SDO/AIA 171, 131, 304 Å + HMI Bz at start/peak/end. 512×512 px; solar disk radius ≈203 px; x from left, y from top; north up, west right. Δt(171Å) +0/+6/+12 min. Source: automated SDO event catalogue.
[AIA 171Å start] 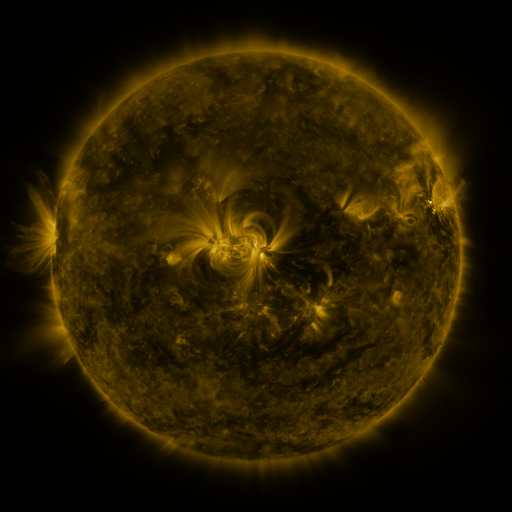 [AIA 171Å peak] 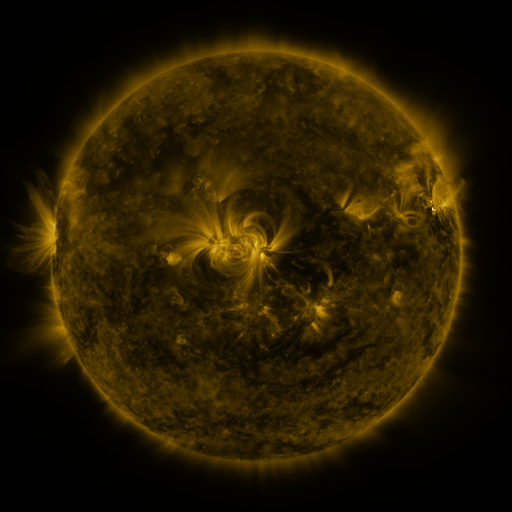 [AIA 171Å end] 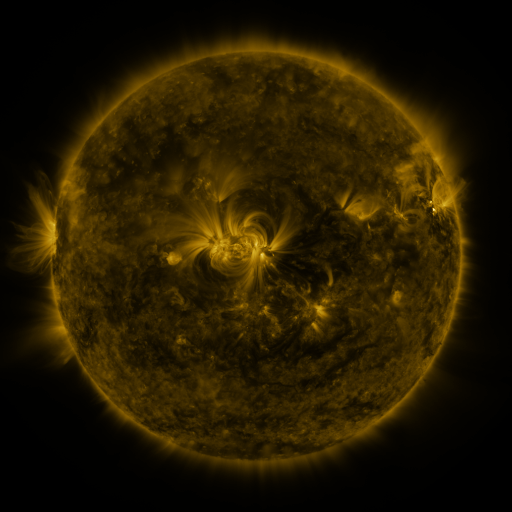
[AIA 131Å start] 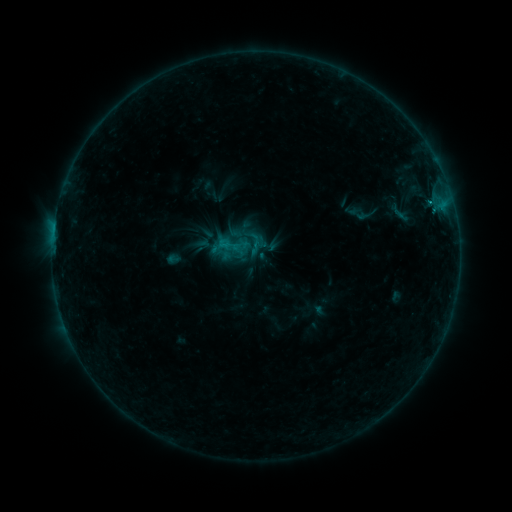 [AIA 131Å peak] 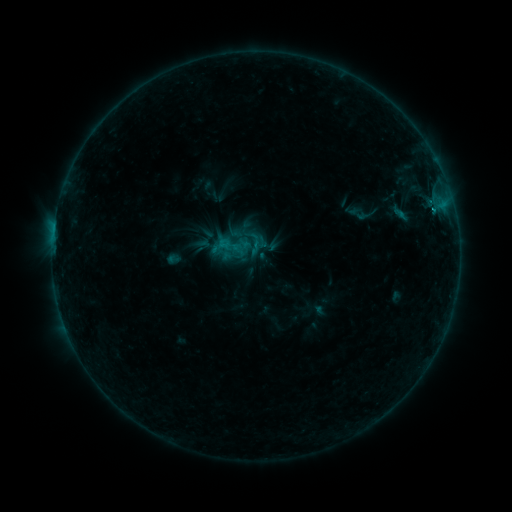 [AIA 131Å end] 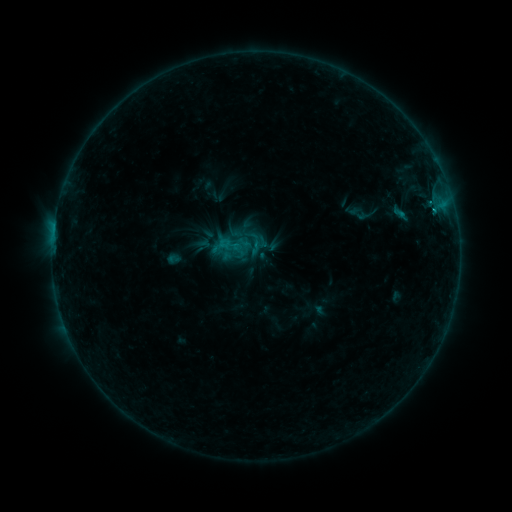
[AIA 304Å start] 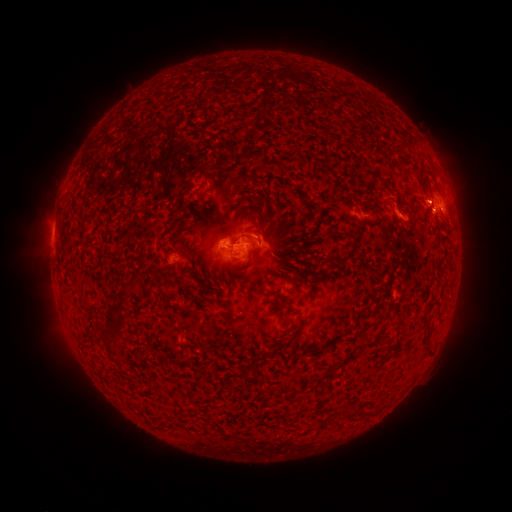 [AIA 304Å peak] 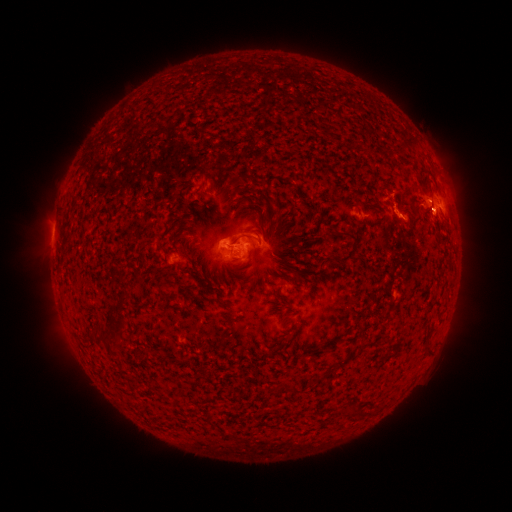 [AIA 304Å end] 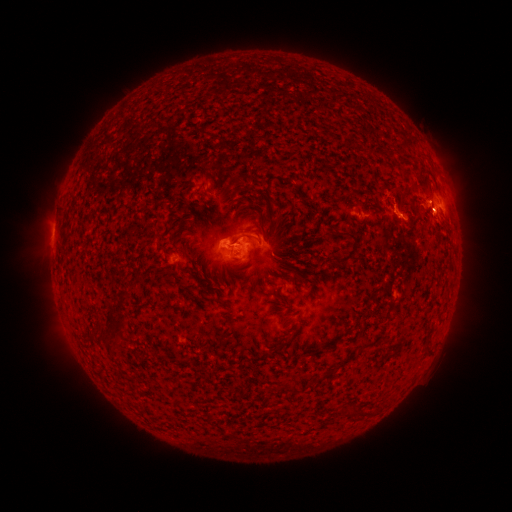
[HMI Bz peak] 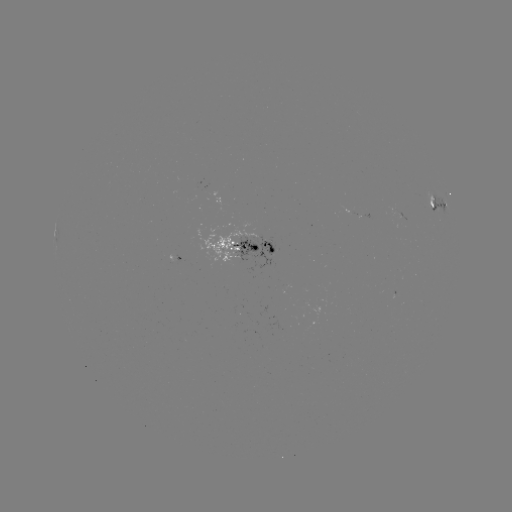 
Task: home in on B9.9 flare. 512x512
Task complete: (435, 212).